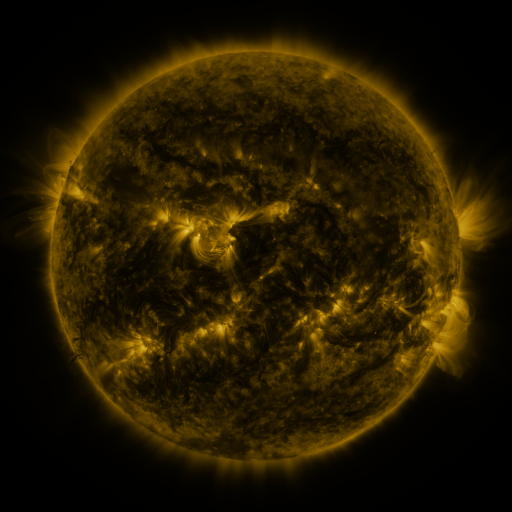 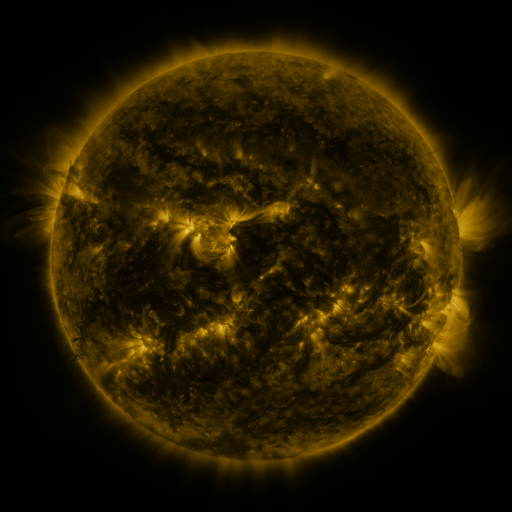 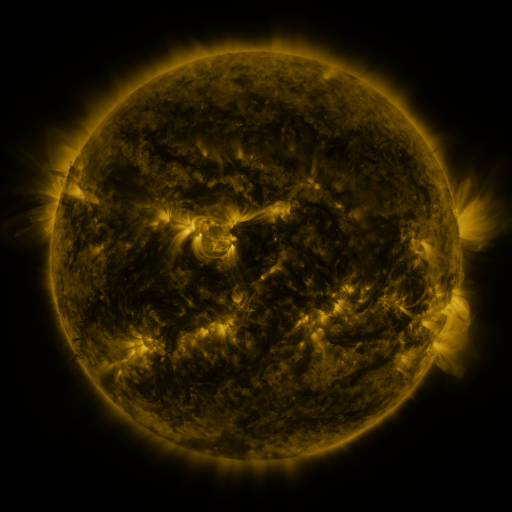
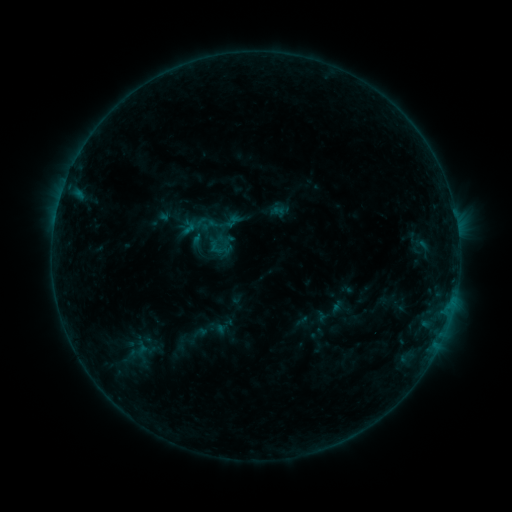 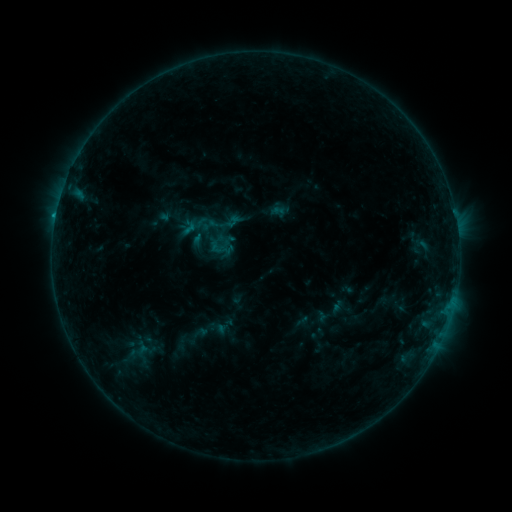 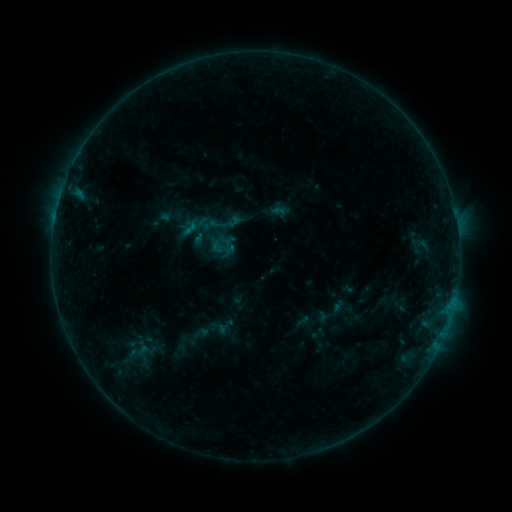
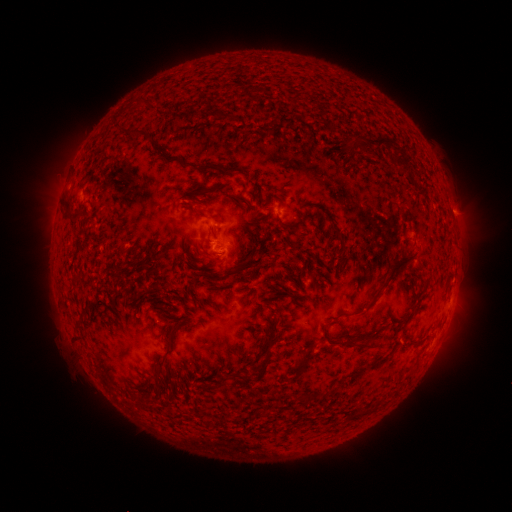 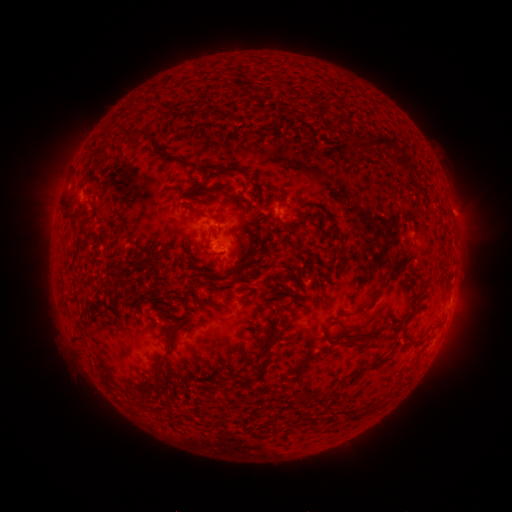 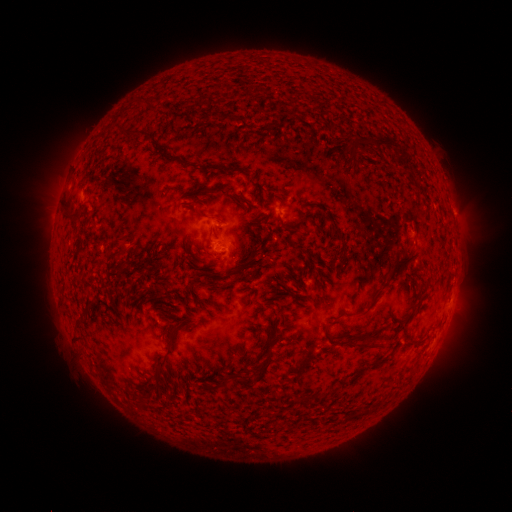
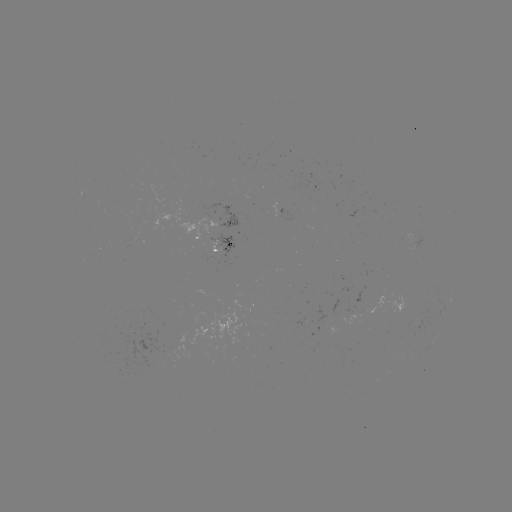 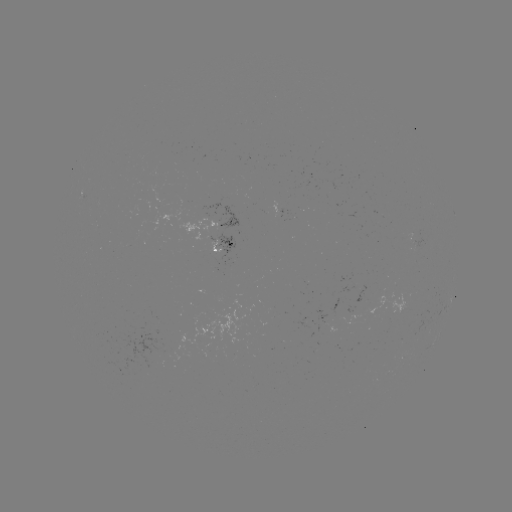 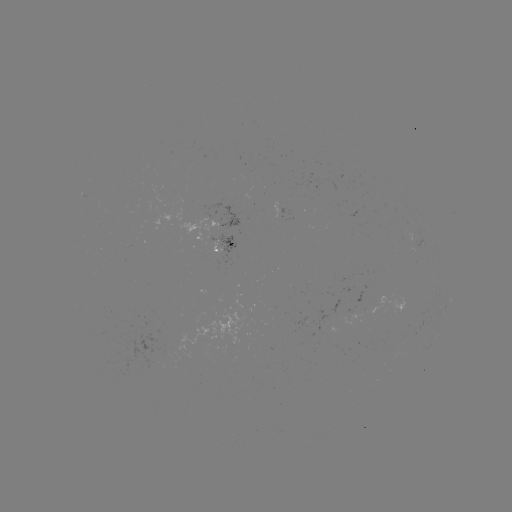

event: flare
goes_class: B4.9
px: (224, 250)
